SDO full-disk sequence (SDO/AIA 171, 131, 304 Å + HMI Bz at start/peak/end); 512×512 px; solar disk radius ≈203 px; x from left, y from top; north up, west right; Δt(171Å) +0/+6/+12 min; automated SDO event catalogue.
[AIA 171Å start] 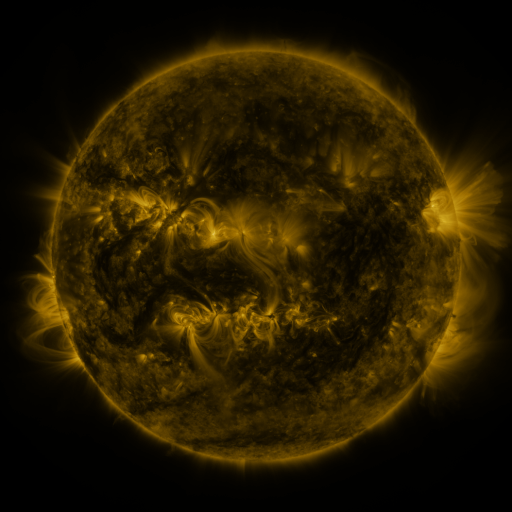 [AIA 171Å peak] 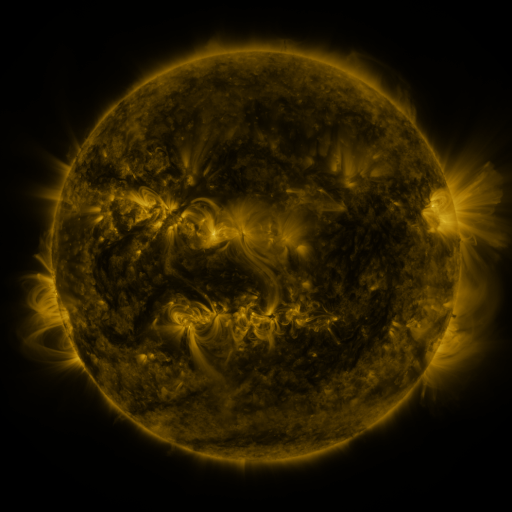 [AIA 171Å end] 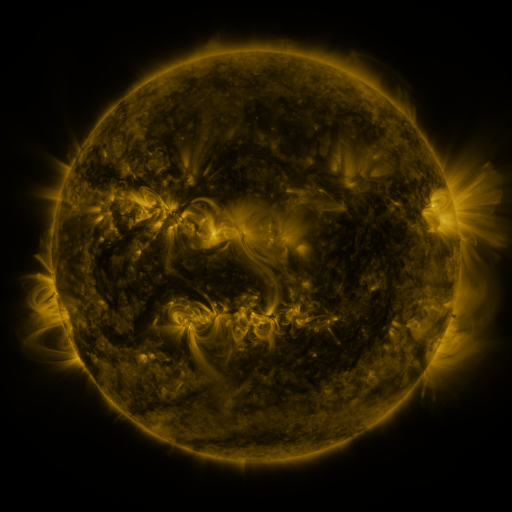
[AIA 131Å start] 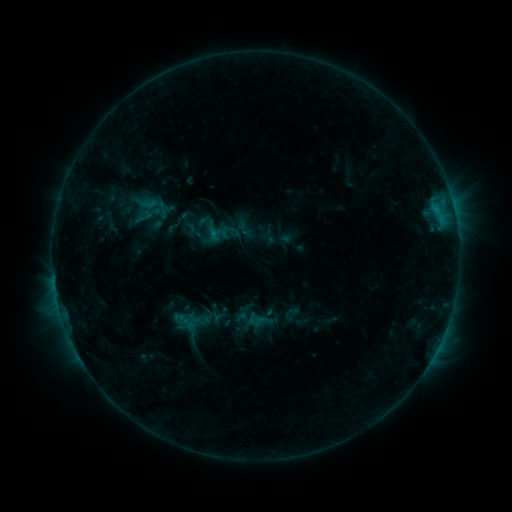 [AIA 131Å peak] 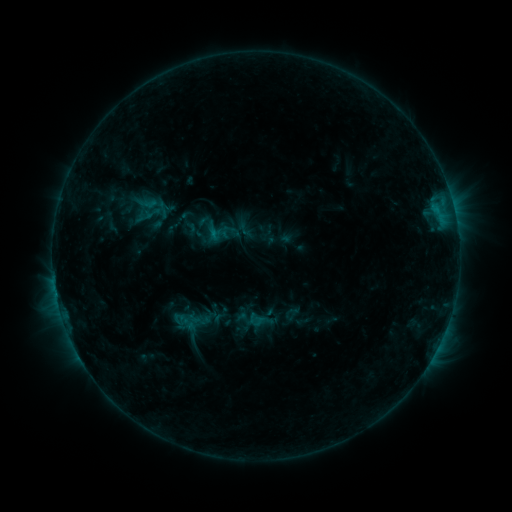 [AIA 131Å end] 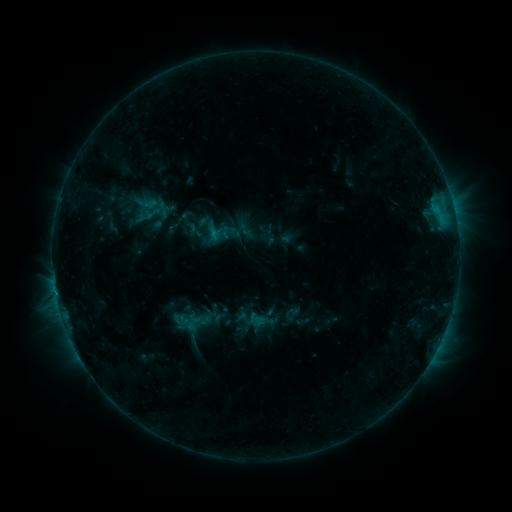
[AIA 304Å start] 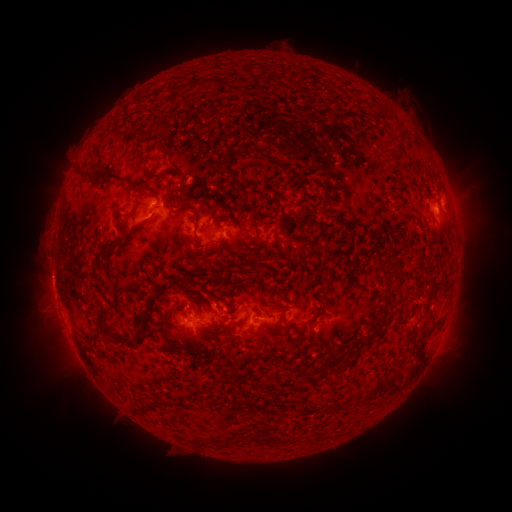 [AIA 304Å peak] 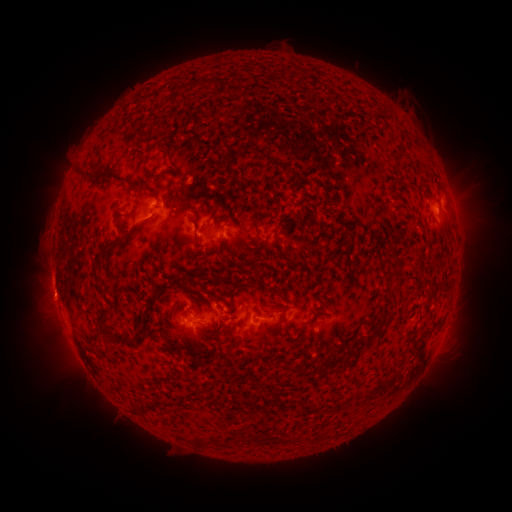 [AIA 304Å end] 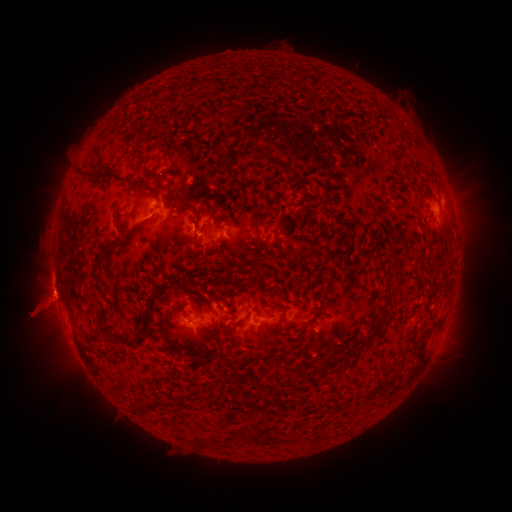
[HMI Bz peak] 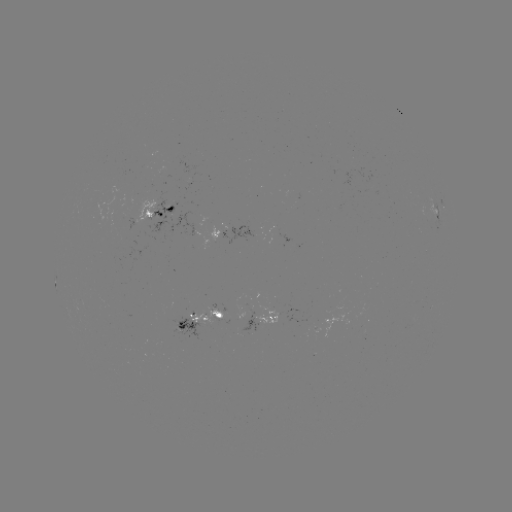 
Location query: eruption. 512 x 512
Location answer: (53, 298).